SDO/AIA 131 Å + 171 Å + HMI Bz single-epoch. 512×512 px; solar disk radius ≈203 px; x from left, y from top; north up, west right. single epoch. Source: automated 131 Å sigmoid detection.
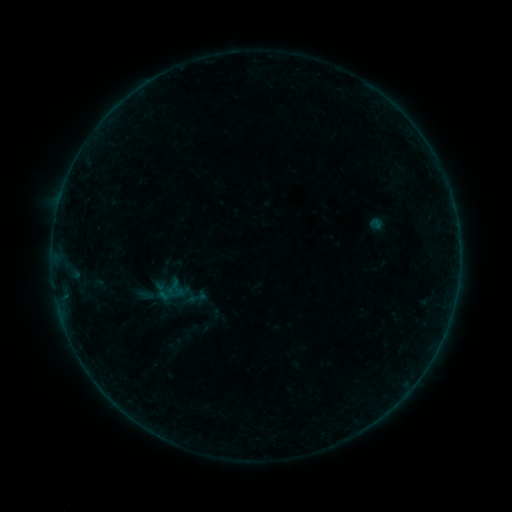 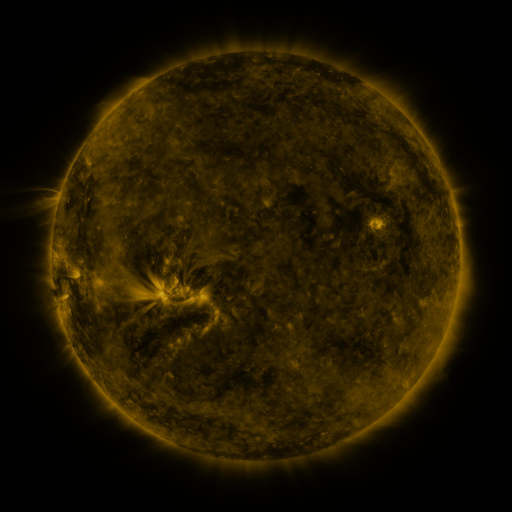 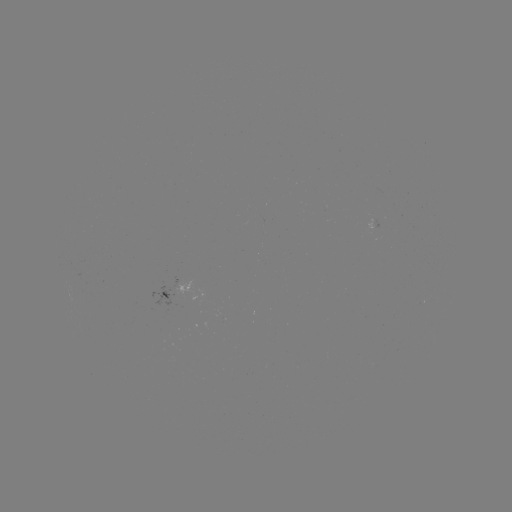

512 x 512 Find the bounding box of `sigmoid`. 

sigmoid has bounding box [162, 276, 184, 296].